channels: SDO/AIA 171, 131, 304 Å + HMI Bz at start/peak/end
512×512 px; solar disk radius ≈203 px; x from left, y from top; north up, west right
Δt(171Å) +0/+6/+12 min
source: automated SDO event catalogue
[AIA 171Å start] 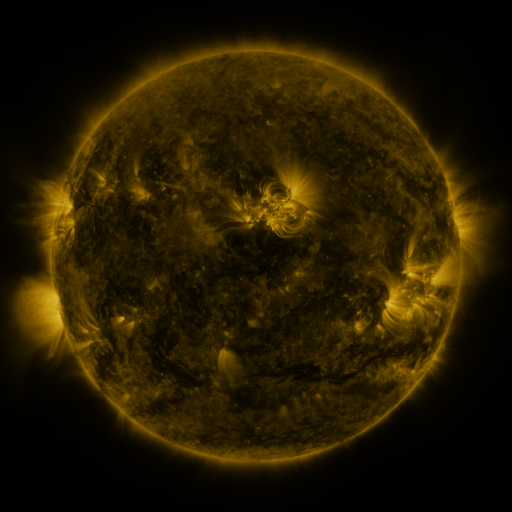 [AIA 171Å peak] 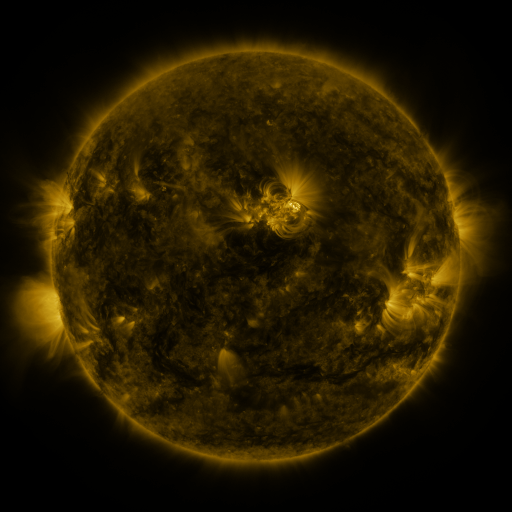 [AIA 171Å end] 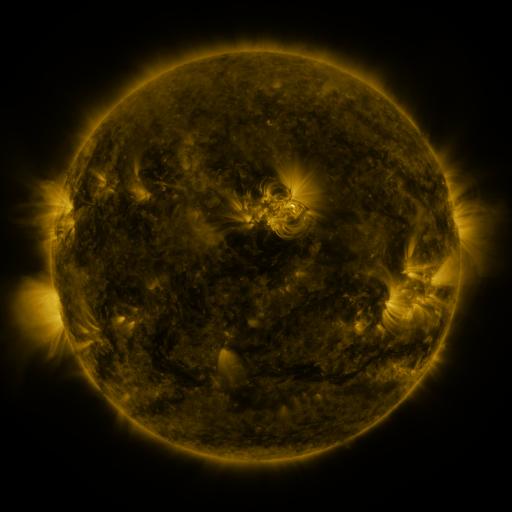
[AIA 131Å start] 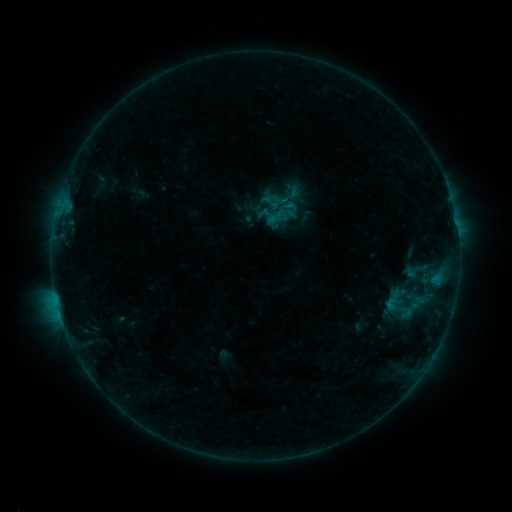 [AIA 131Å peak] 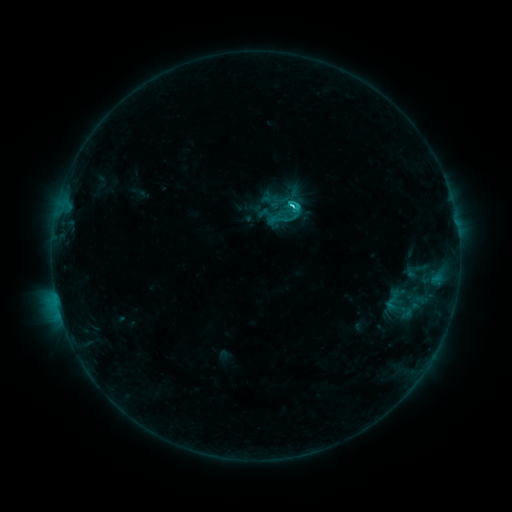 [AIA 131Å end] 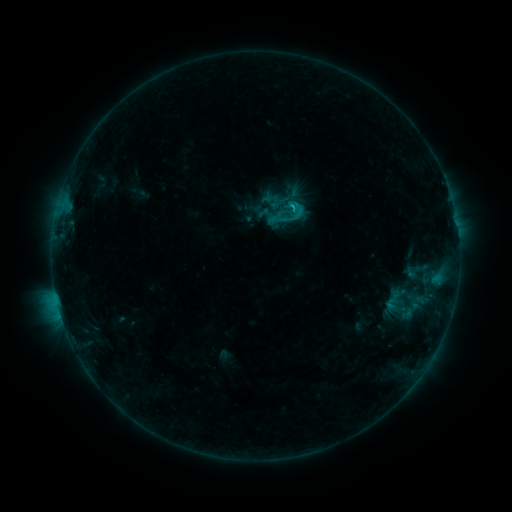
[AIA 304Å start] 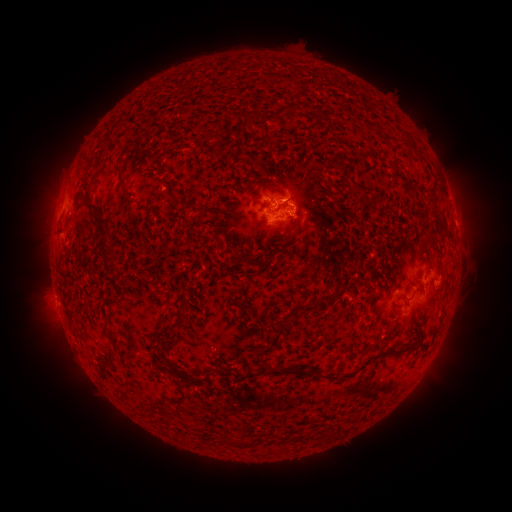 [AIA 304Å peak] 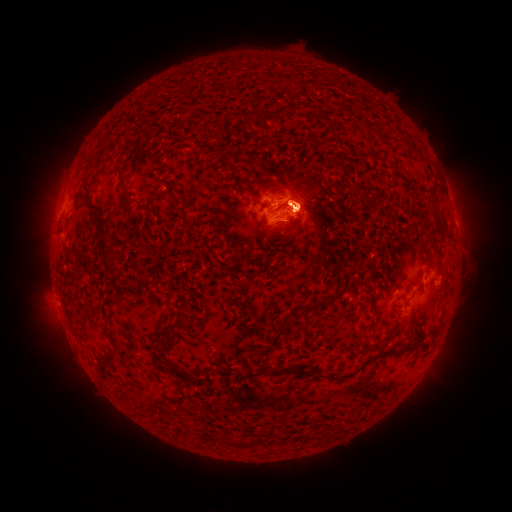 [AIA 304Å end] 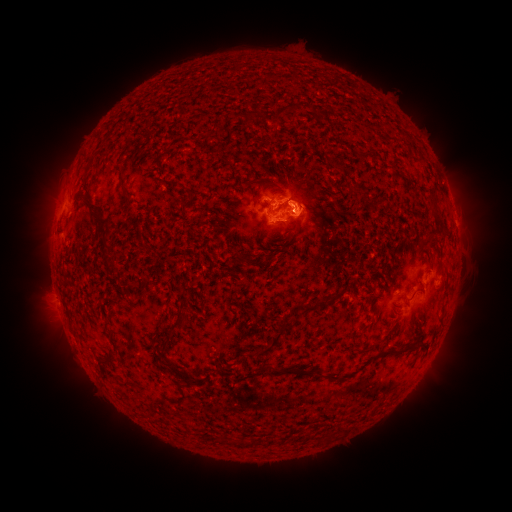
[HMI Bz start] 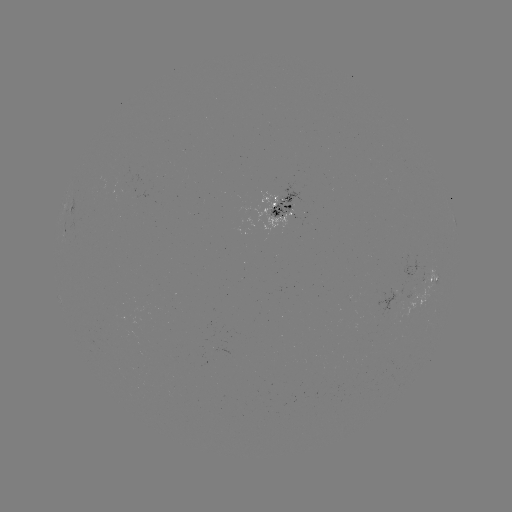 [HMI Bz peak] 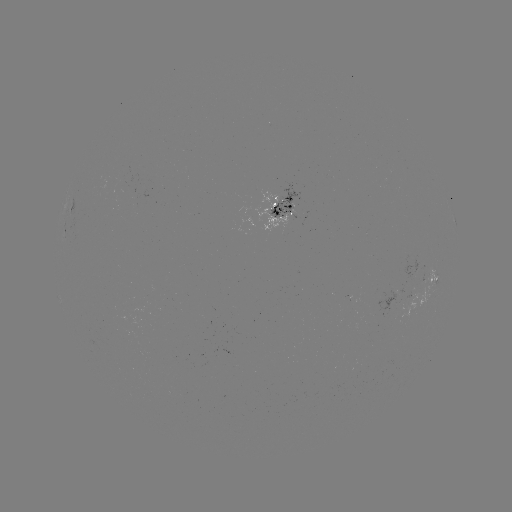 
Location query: C1.8 flare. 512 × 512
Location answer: (290, 209).